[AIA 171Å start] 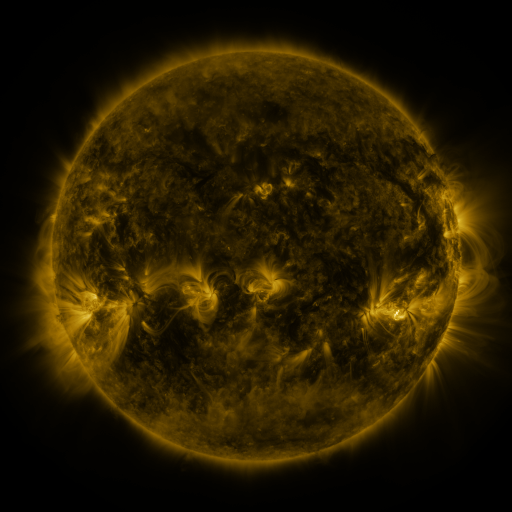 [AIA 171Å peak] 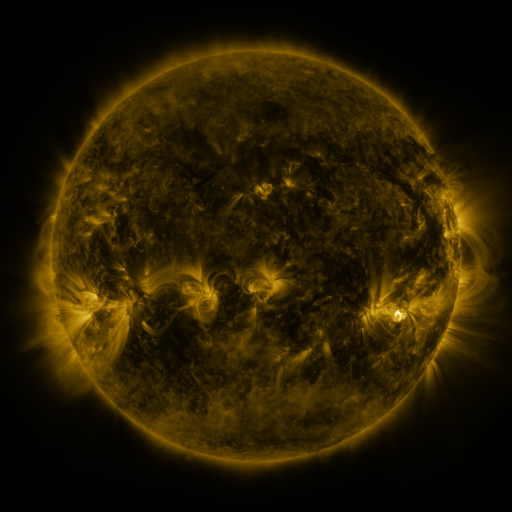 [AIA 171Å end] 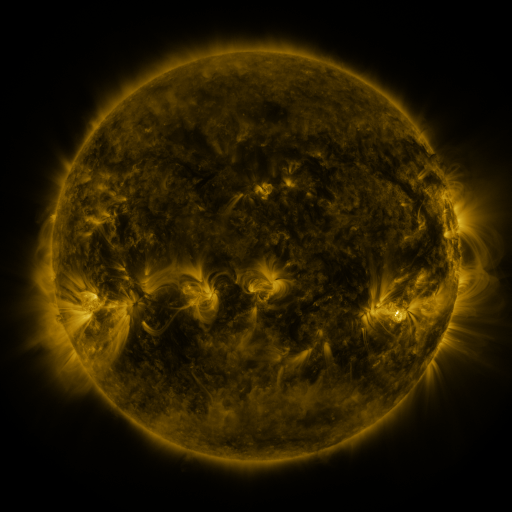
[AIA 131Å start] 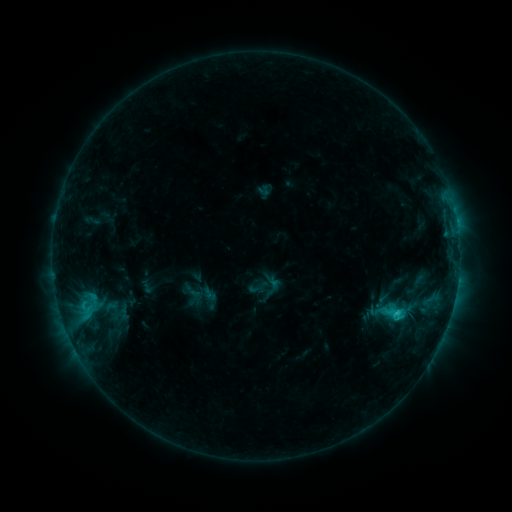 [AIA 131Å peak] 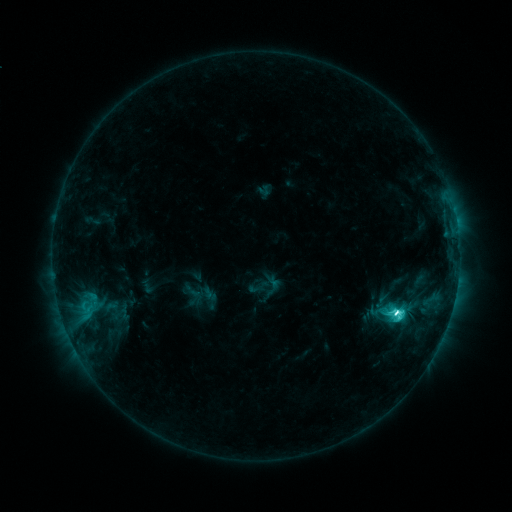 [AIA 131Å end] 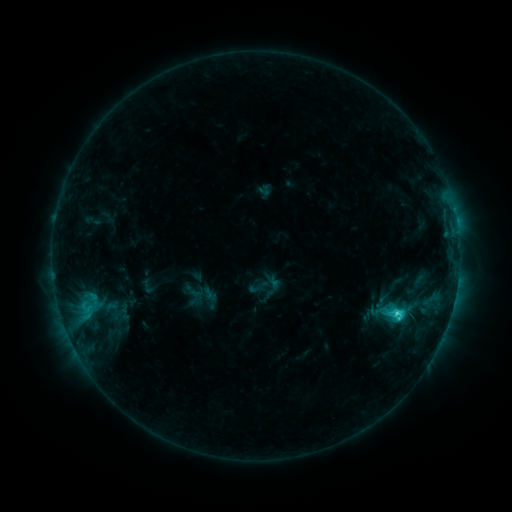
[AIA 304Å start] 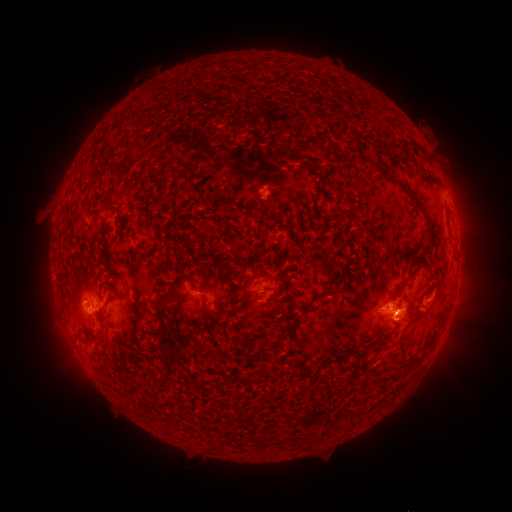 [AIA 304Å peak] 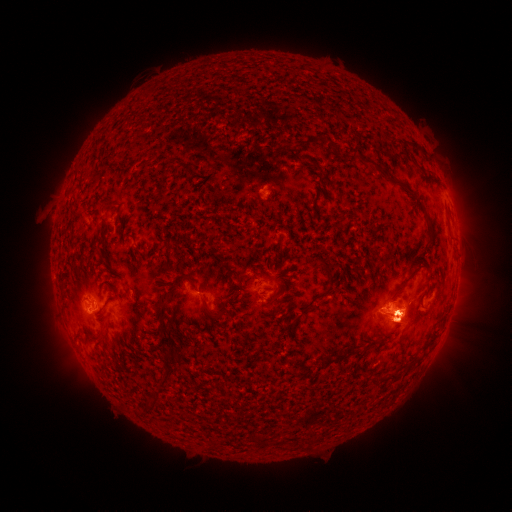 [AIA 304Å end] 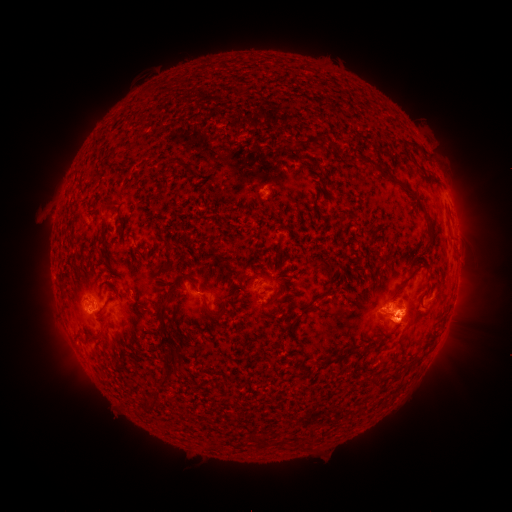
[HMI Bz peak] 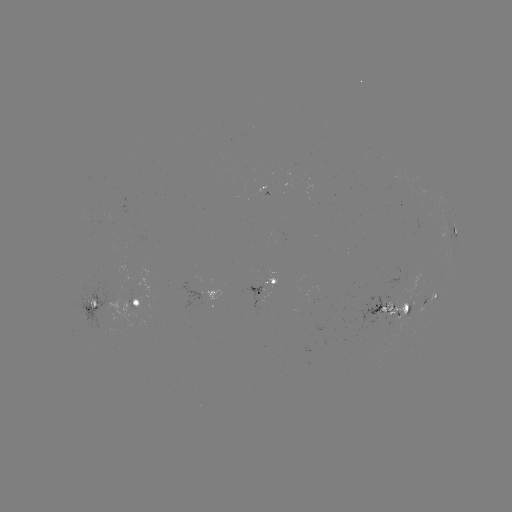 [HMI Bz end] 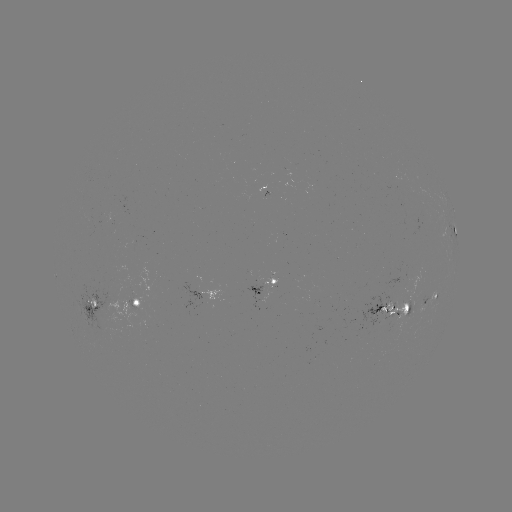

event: flare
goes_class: C7.5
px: (396, 311)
